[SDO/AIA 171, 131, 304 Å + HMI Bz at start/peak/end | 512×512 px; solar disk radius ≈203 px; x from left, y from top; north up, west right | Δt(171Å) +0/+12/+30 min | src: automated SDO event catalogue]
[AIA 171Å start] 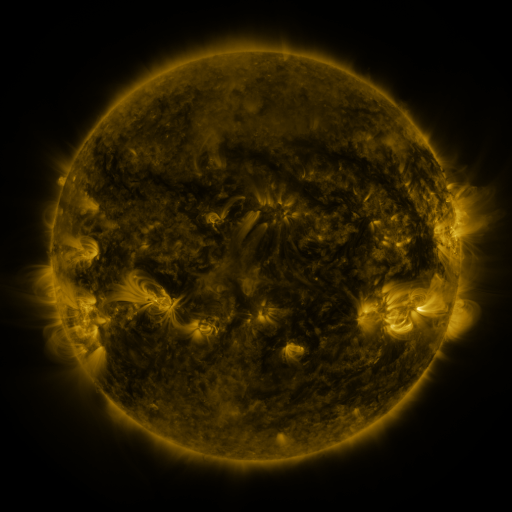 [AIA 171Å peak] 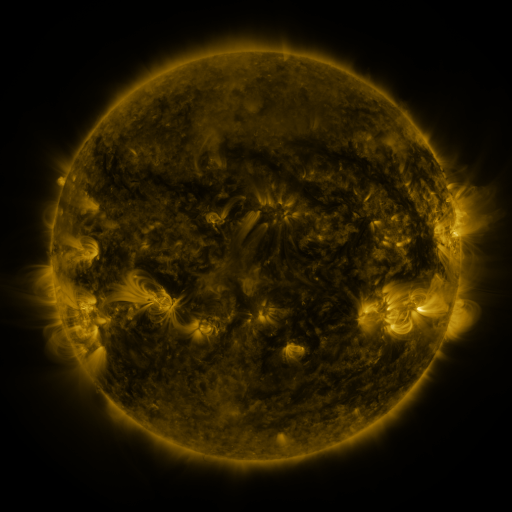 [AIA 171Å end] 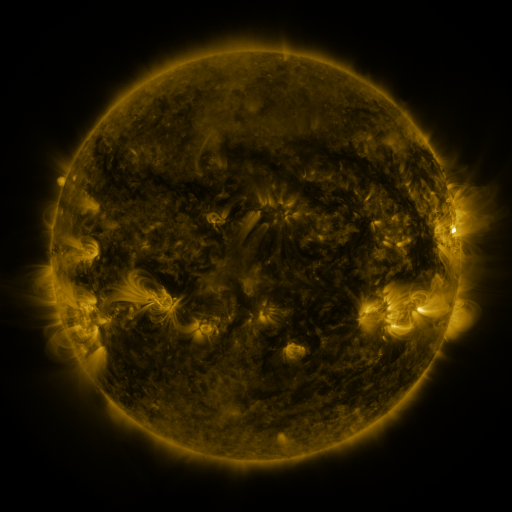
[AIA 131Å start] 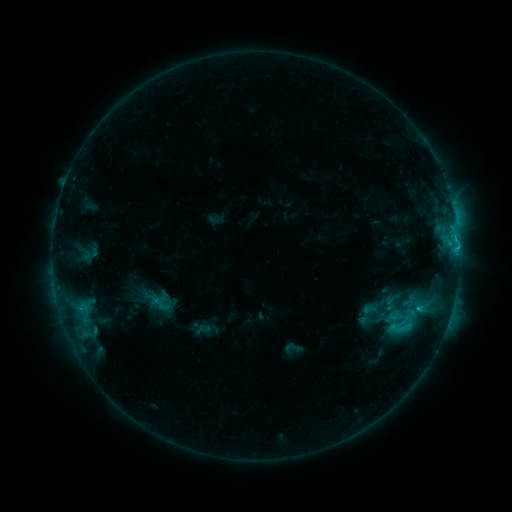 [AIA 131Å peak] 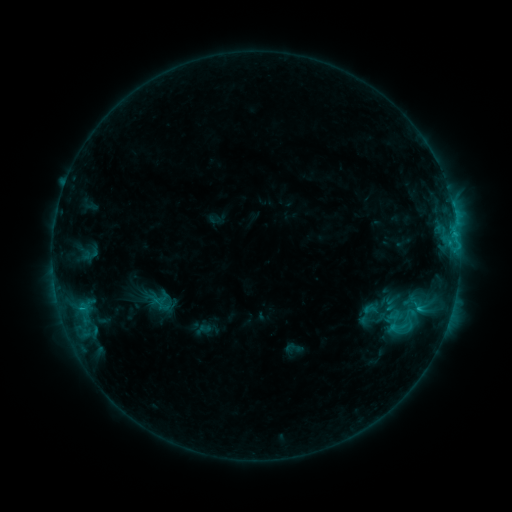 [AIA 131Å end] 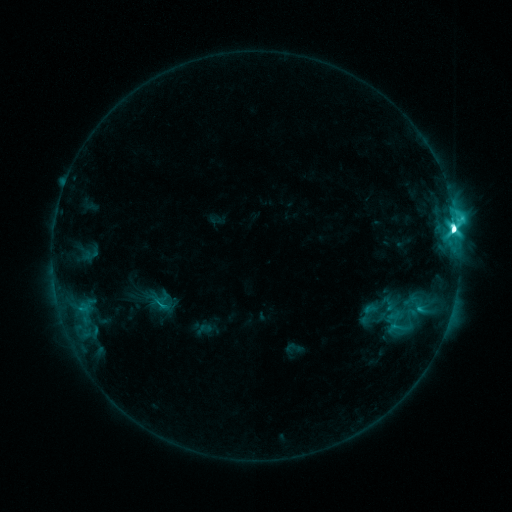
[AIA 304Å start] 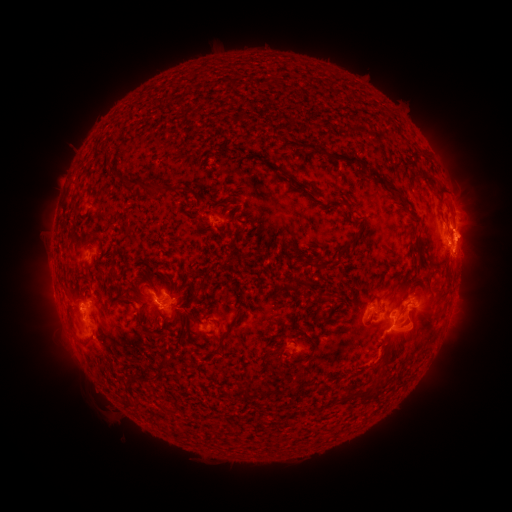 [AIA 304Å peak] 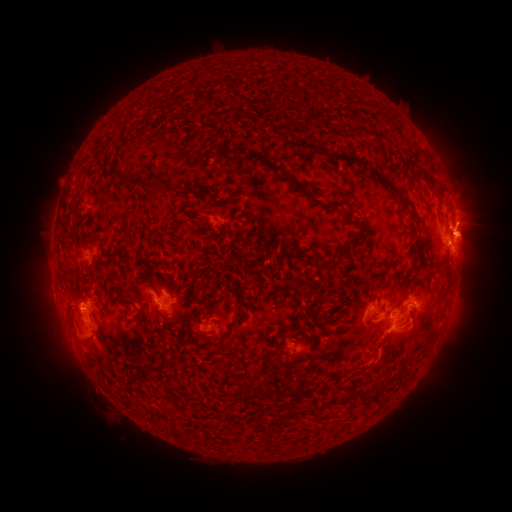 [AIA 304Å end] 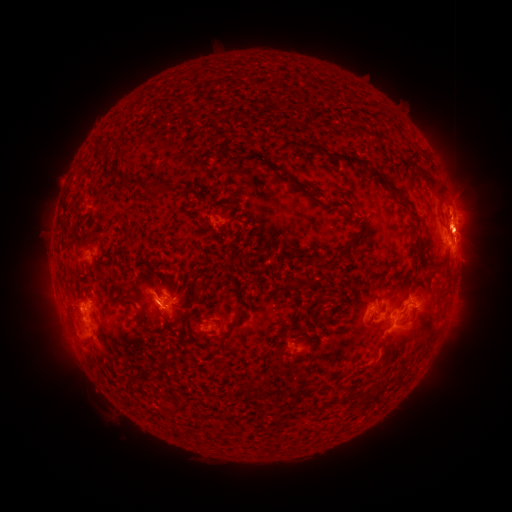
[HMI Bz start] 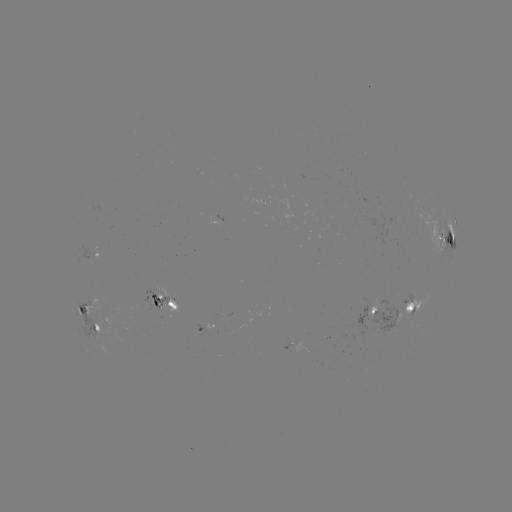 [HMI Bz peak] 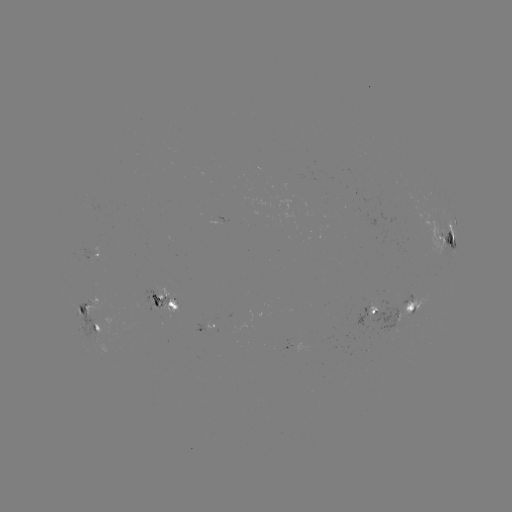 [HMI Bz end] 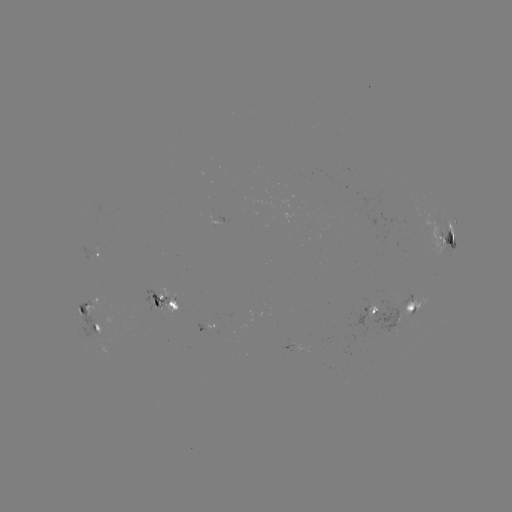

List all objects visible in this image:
eruption: (467, 222)
